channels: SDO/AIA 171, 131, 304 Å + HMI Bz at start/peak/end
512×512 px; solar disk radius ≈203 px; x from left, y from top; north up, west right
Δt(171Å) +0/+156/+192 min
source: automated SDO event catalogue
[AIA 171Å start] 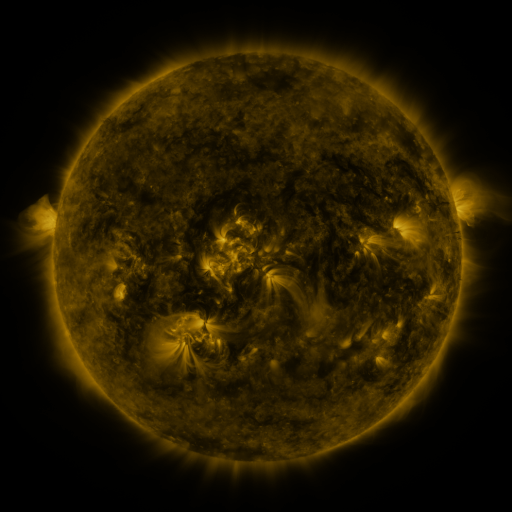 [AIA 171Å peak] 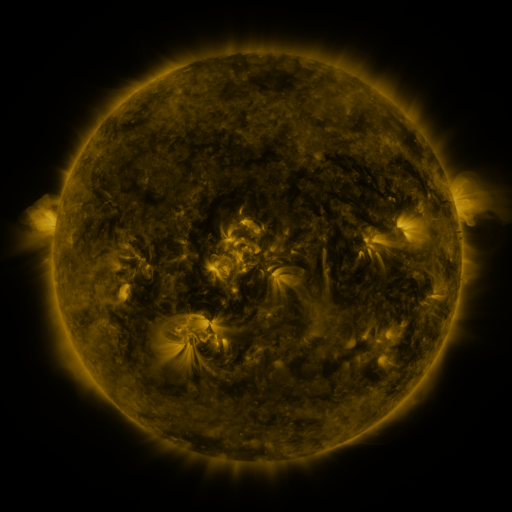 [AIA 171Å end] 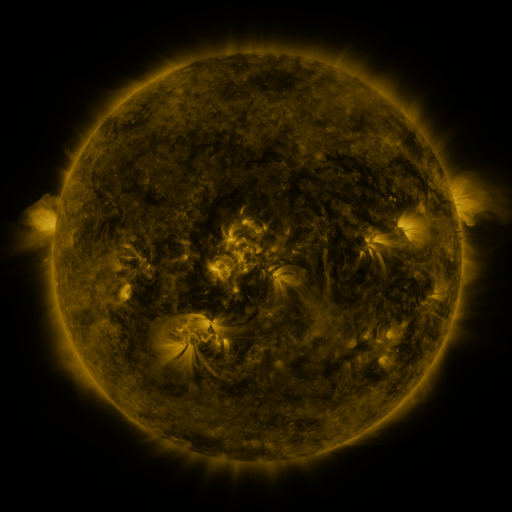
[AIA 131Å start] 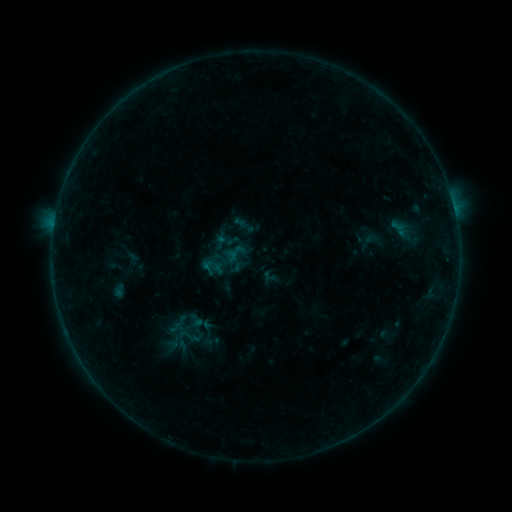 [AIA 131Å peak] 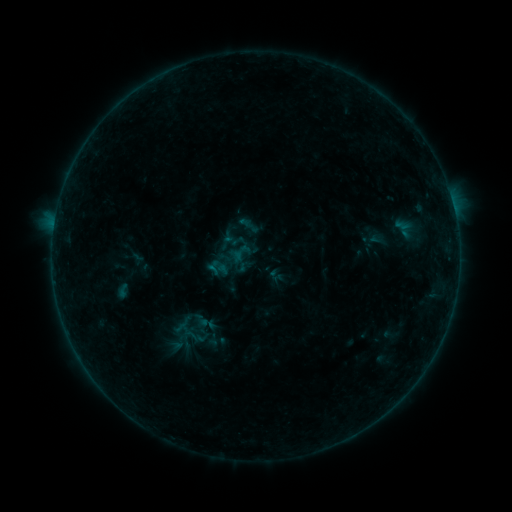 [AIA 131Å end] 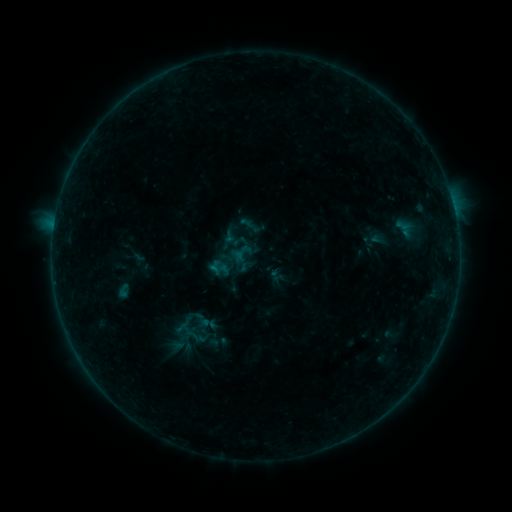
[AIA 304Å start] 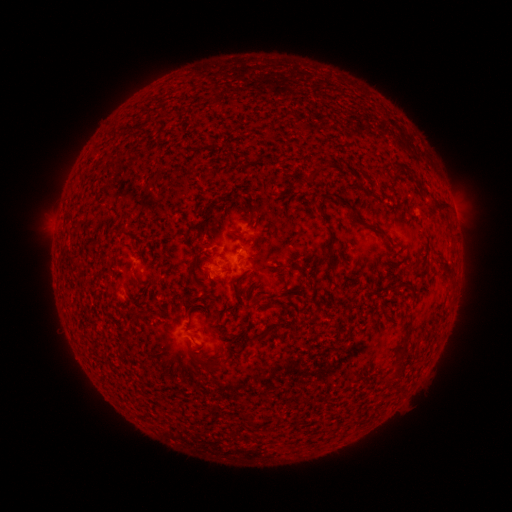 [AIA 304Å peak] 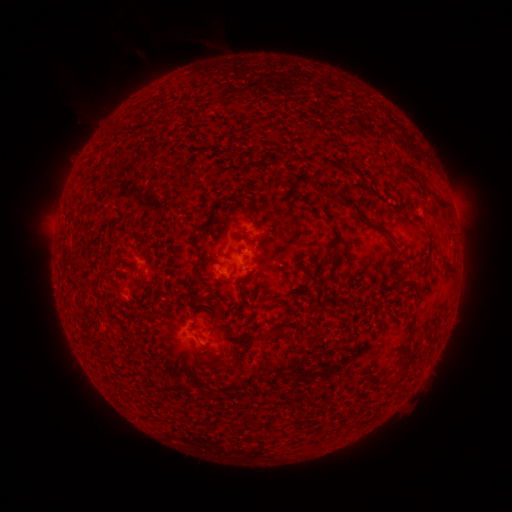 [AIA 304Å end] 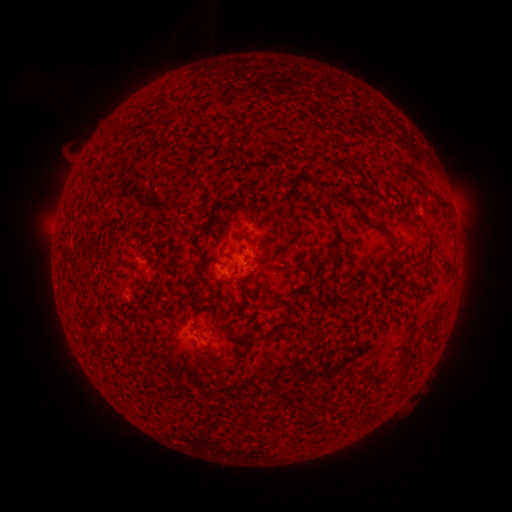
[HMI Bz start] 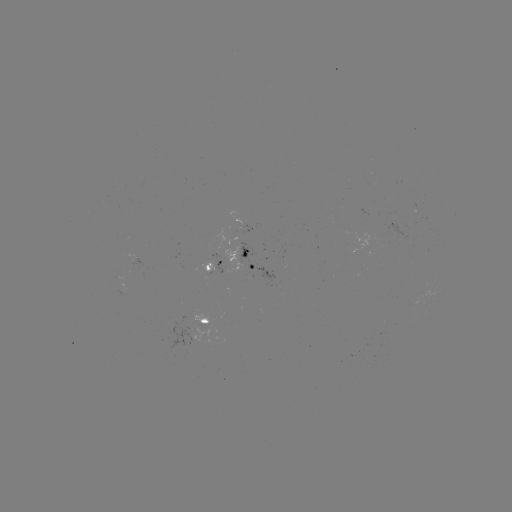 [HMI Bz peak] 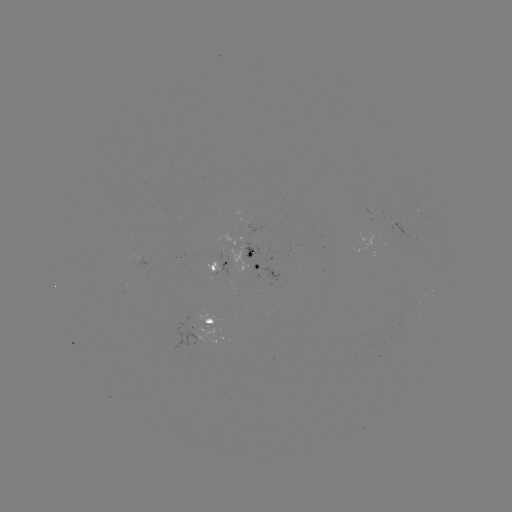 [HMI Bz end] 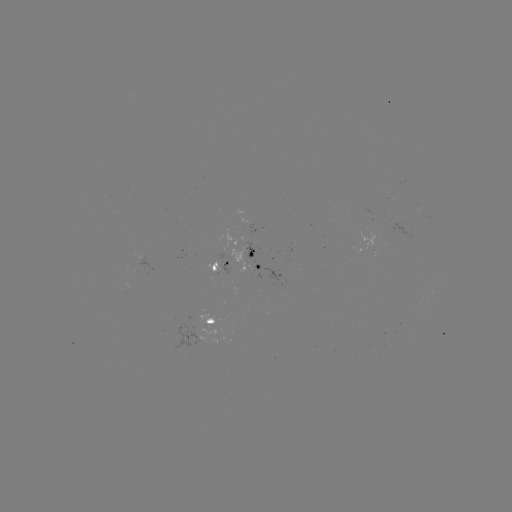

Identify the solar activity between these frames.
emerging-flux region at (208, 324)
